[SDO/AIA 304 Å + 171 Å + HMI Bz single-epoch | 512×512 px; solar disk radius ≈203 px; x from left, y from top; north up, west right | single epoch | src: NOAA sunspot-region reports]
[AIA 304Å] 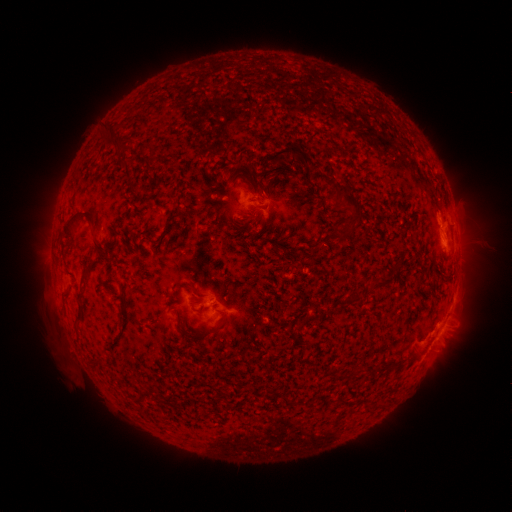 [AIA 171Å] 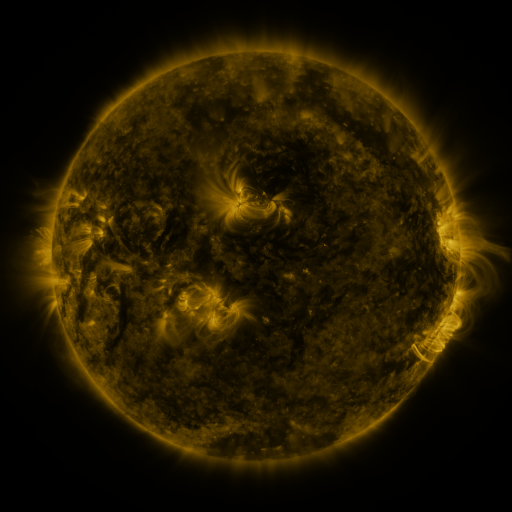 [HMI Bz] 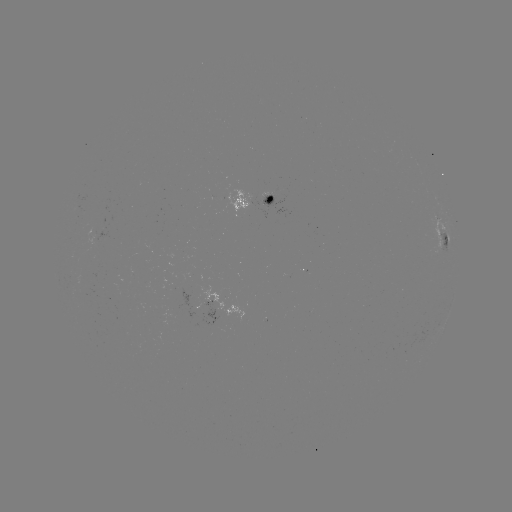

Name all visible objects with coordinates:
spotted active region: (259, 200)
spotted active region: (444, 234)
spotted active region: (212, 299)
